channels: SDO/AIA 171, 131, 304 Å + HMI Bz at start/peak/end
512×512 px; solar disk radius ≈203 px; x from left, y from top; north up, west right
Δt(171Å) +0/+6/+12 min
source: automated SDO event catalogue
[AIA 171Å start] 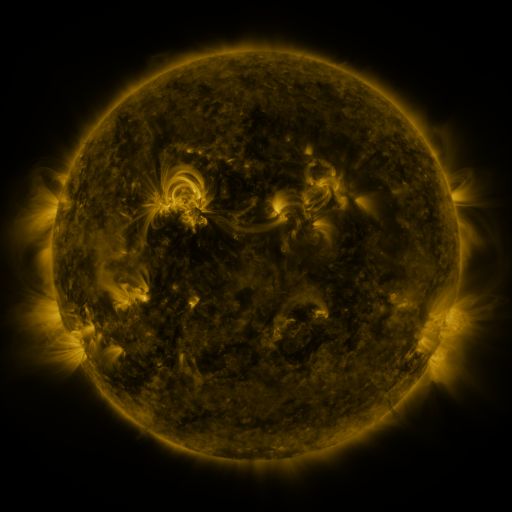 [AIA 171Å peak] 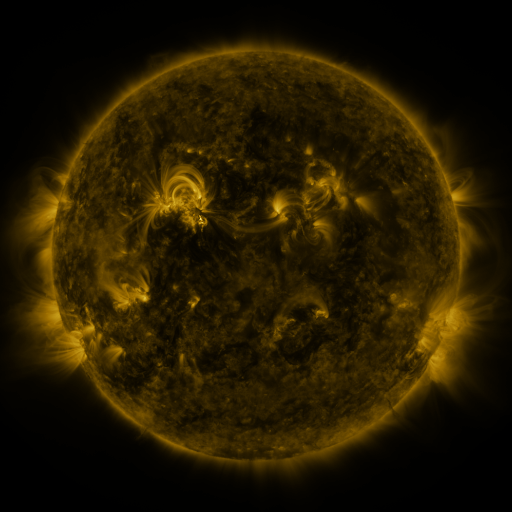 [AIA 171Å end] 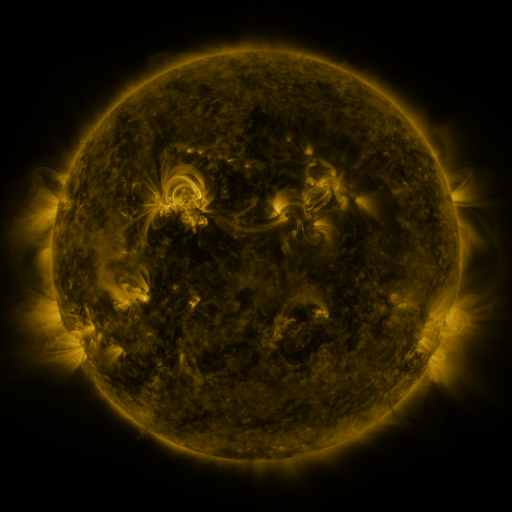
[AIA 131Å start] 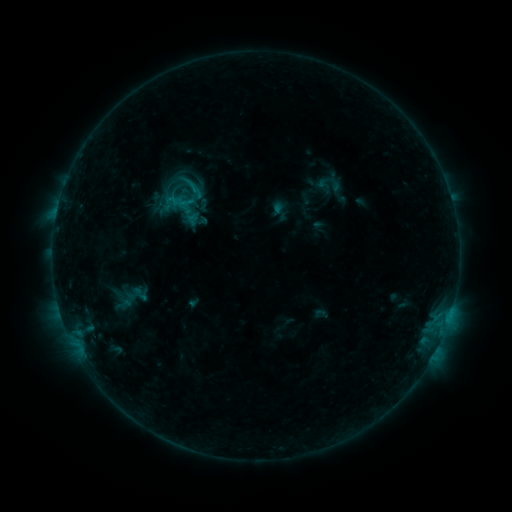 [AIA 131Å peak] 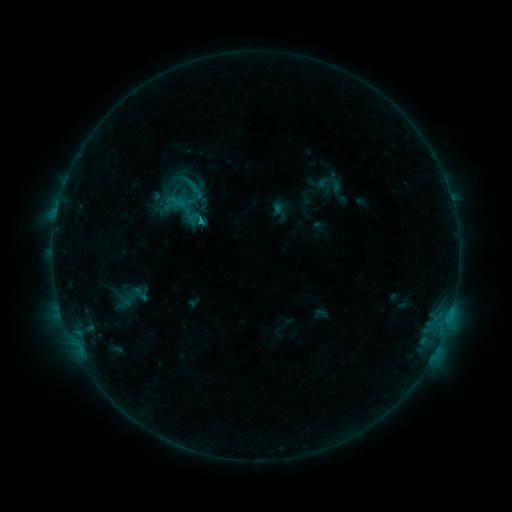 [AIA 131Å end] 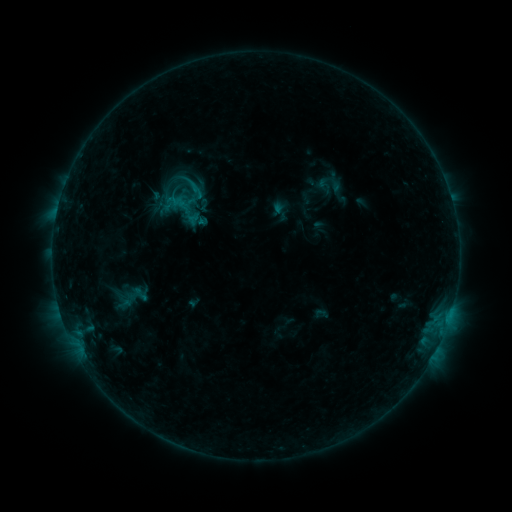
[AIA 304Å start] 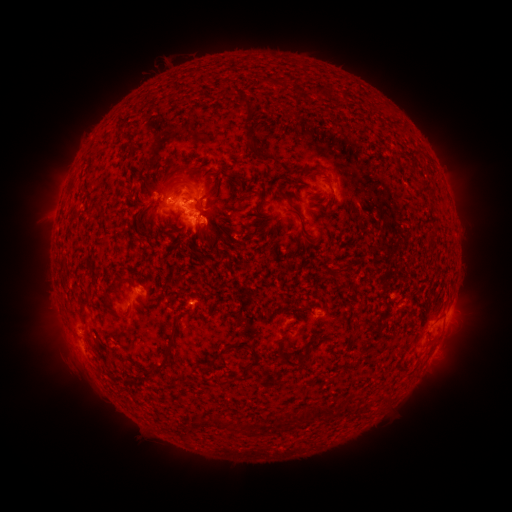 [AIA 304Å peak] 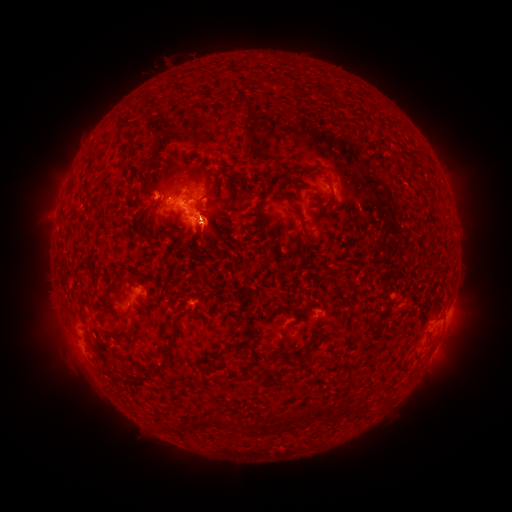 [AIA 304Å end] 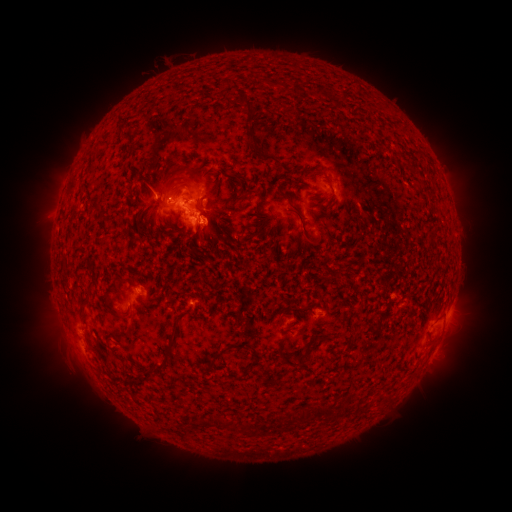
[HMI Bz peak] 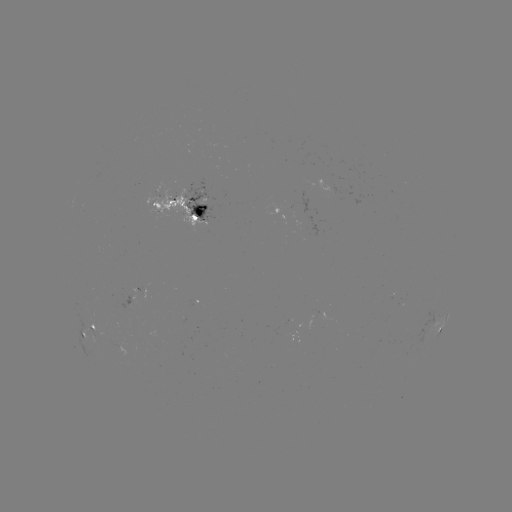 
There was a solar flare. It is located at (203, 223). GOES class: B7.7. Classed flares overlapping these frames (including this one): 1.